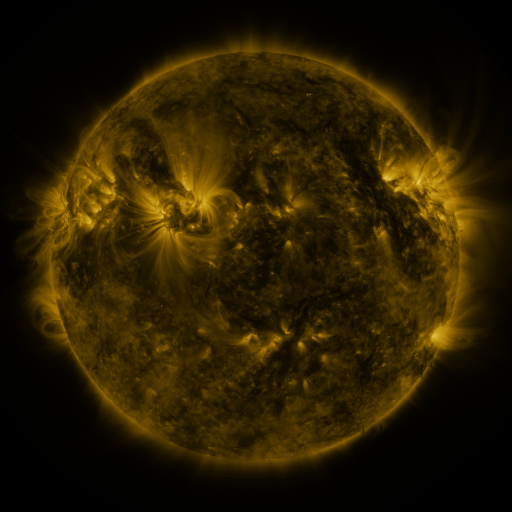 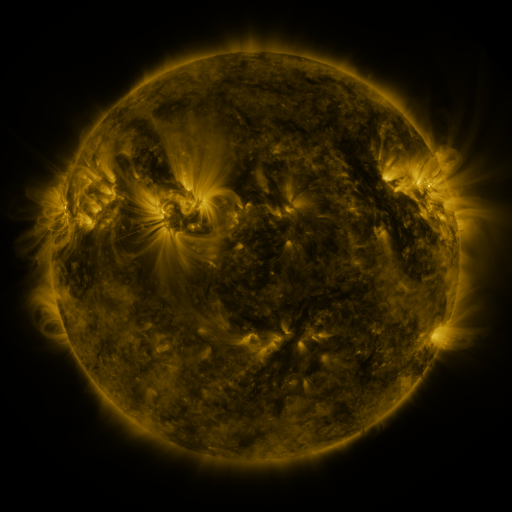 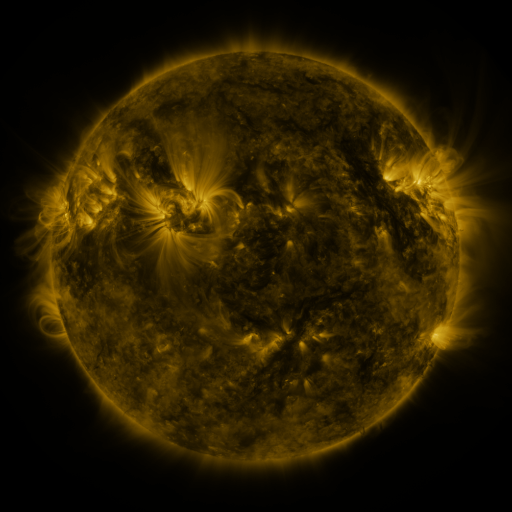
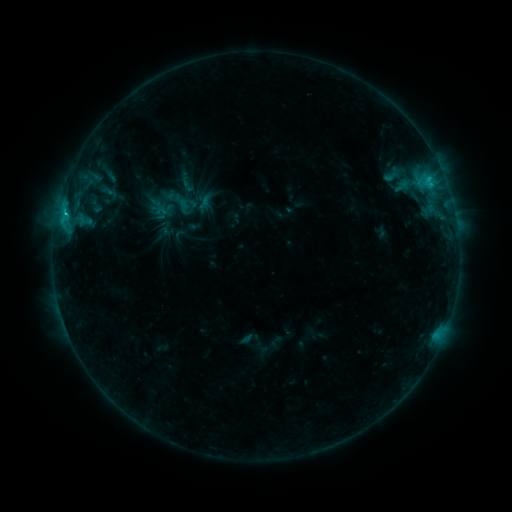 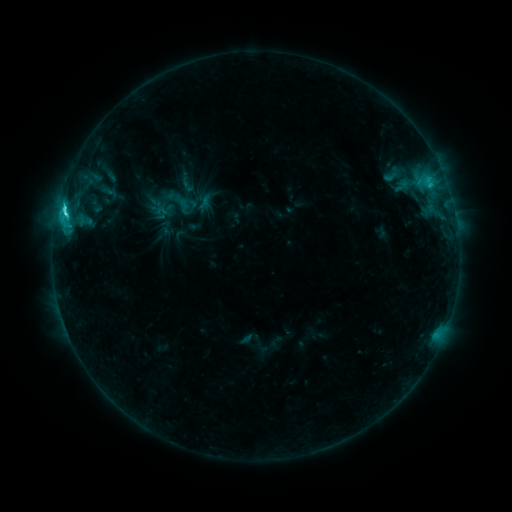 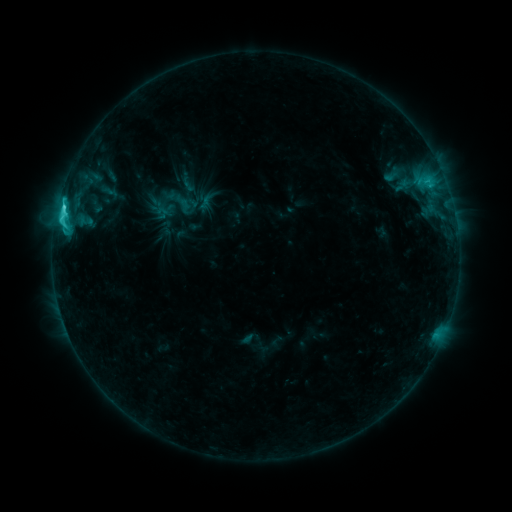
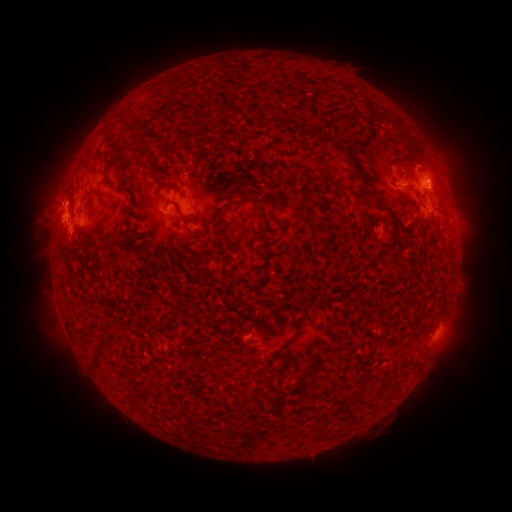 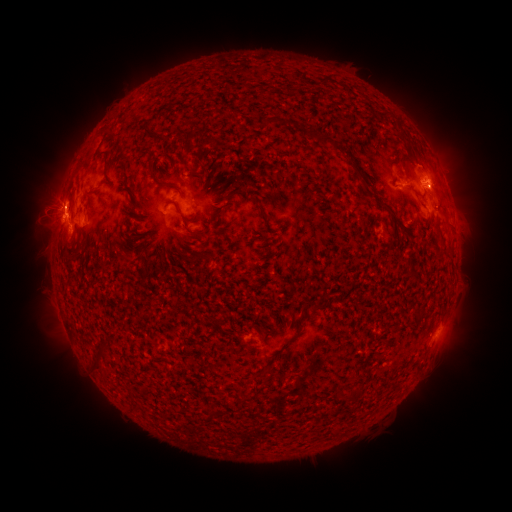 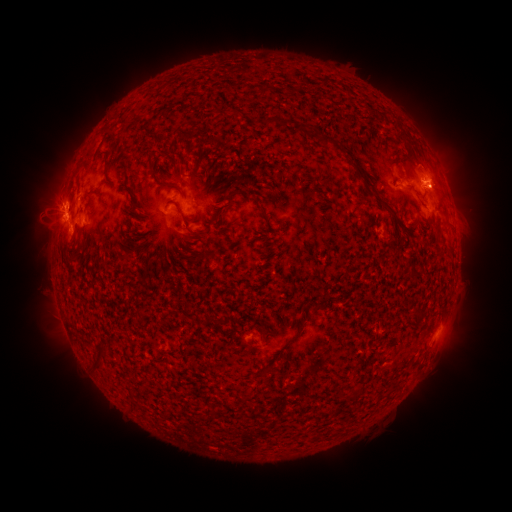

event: flare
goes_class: C6.9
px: (67, 214)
